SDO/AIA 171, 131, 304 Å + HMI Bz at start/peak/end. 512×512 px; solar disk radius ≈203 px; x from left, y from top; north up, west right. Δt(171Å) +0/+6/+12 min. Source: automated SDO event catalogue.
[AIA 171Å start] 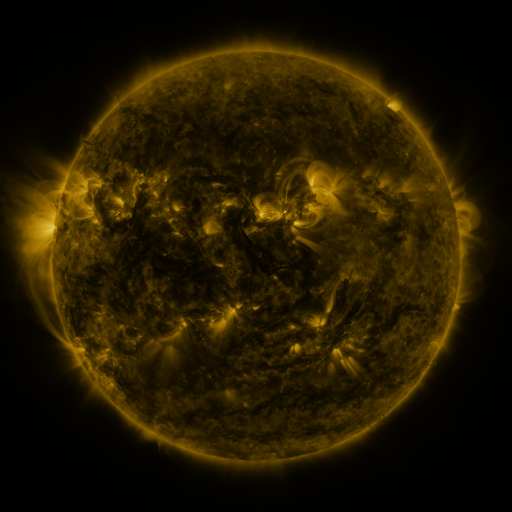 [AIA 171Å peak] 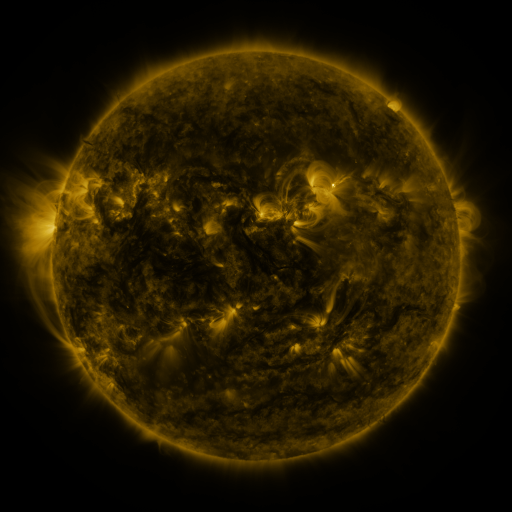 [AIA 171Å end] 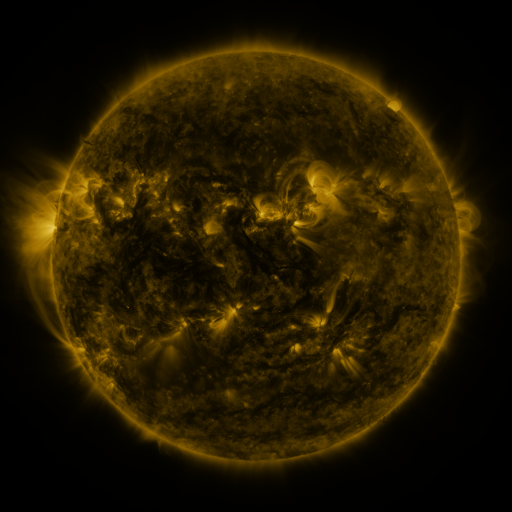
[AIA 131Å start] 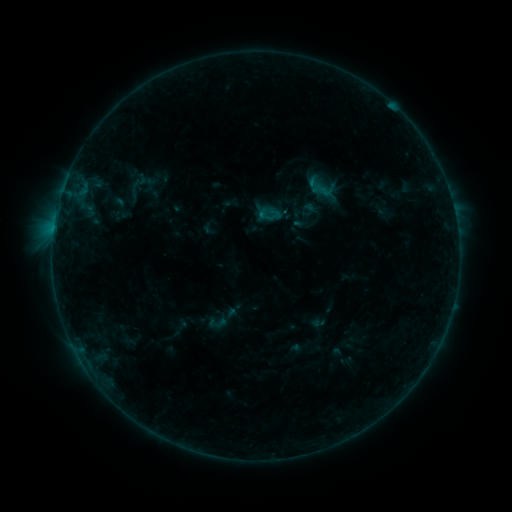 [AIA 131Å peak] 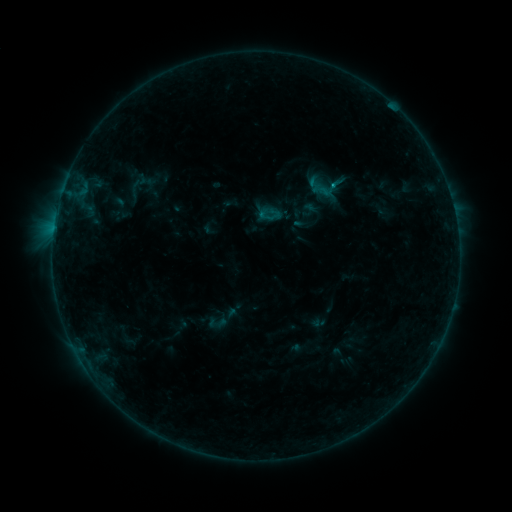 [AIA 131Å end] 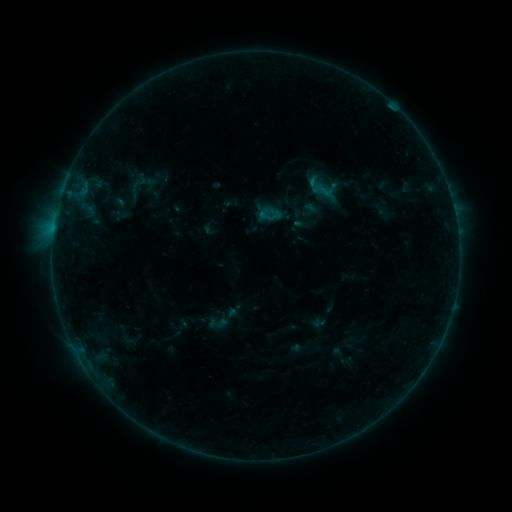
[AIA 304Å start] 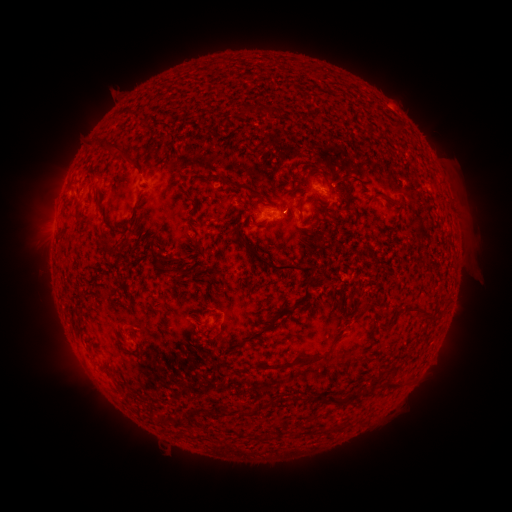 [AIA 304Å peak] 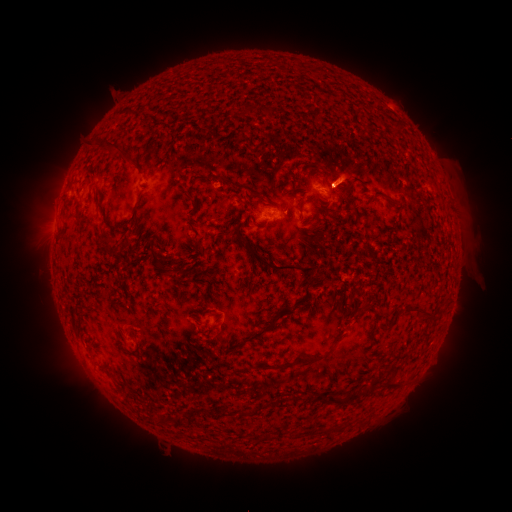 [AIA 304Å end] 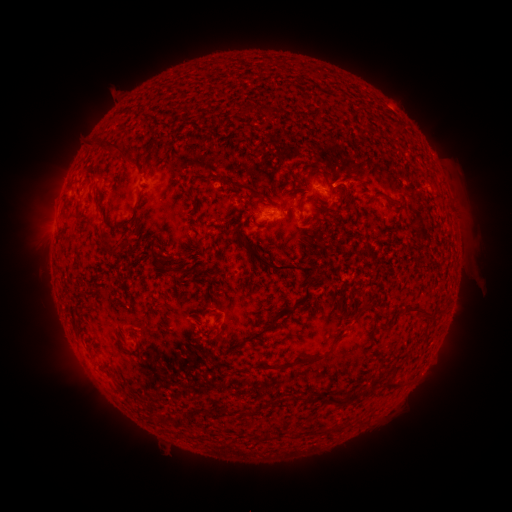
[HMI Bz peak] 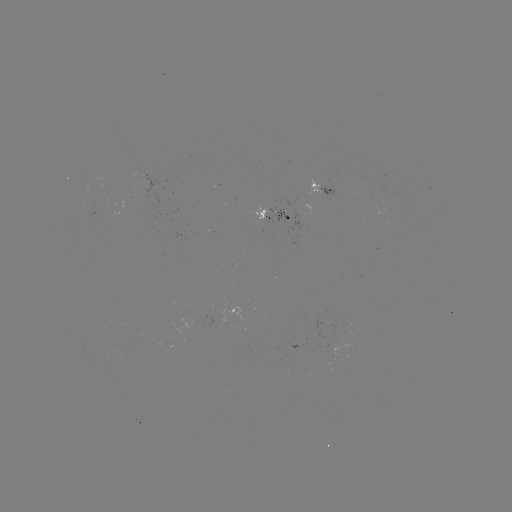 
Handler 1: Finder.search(eruption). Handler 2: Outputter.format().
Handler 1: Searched eruption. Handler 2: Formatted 355,174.